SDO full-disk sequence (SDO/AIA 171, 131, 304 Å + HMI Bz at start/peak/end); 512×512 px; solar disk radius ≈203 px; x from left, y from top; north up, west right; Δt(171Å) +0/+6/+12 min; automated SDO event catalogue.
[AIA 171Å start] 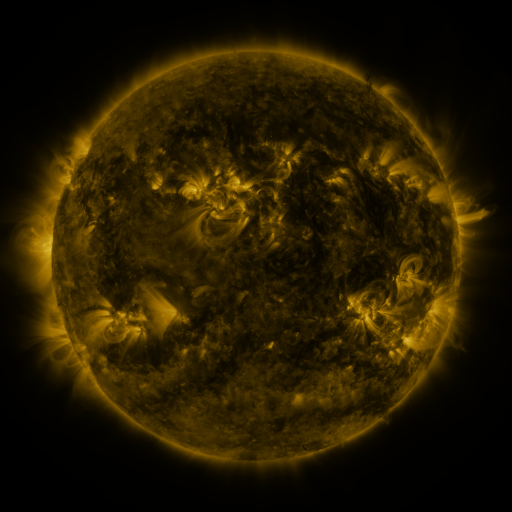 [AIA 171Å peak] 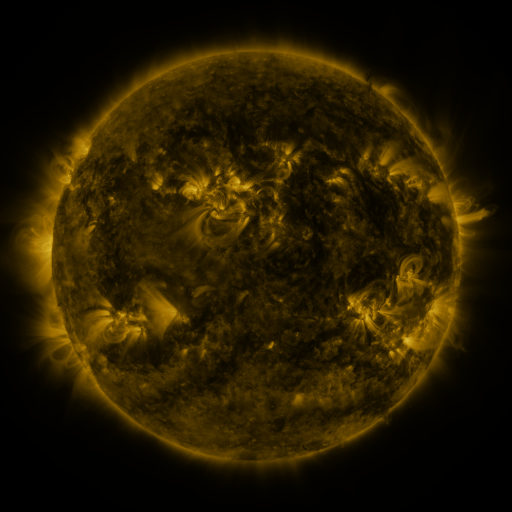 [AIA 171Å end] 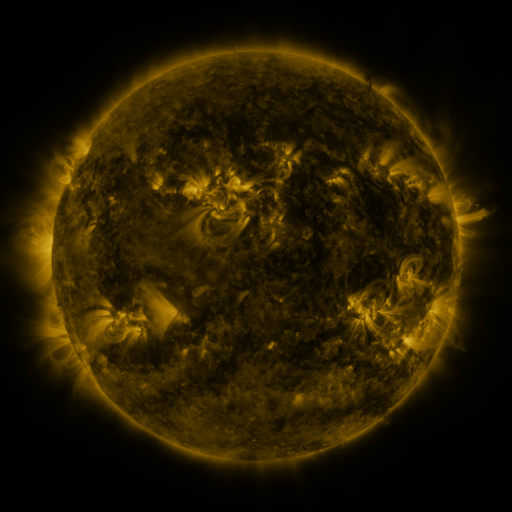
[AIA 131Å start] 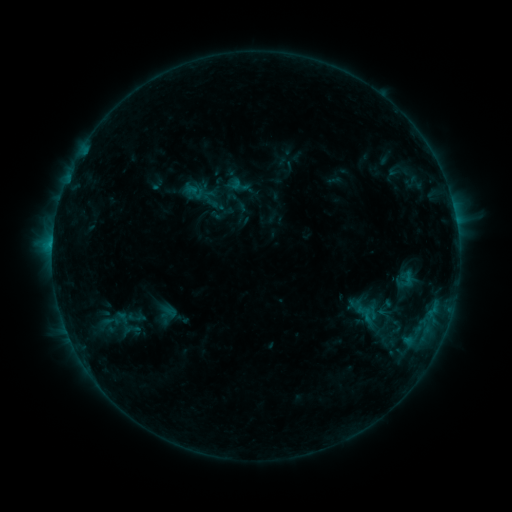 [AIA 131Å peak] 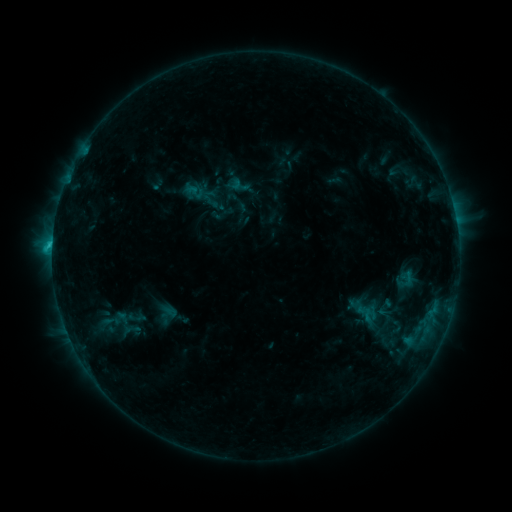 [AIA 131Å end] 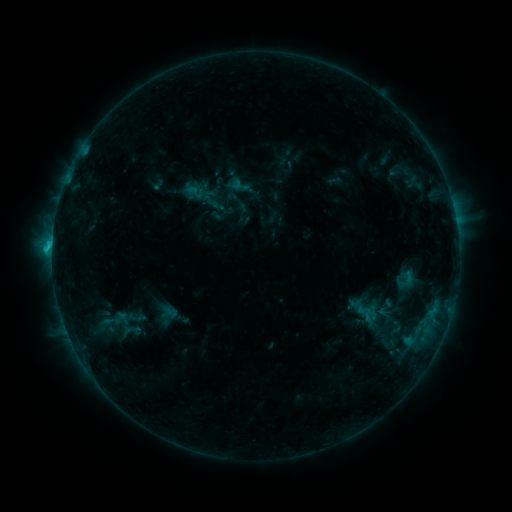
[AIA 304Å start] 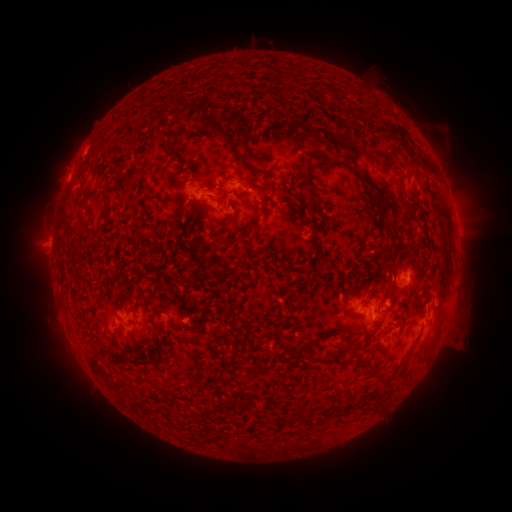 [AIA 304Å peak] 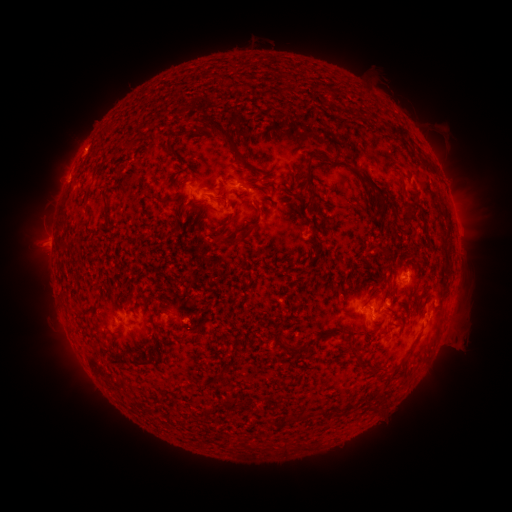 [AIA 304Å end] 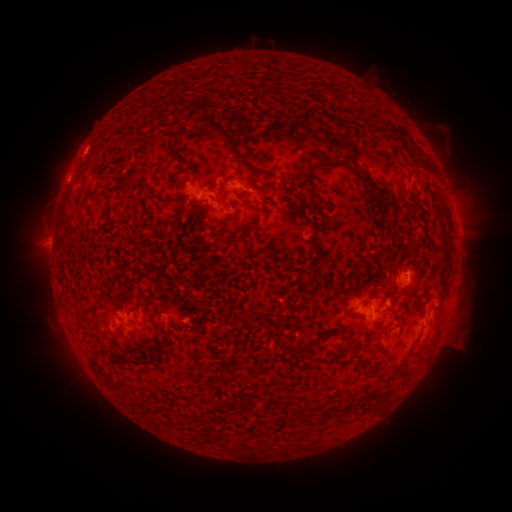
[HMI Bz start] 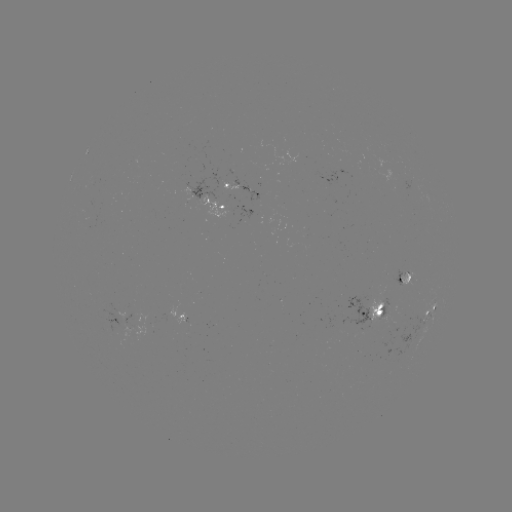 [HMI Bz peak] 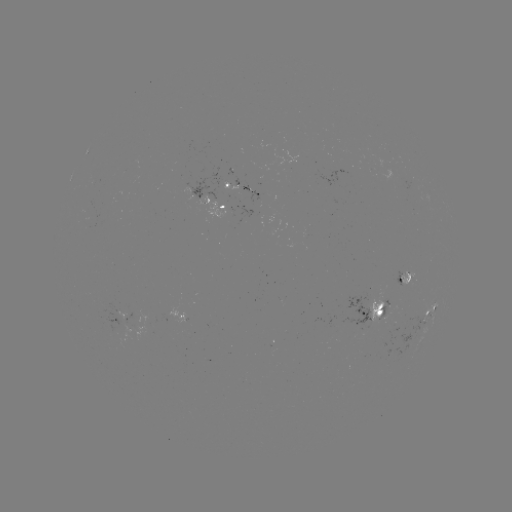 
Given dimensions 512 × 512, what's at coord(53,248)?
C1.1 flare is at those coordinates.